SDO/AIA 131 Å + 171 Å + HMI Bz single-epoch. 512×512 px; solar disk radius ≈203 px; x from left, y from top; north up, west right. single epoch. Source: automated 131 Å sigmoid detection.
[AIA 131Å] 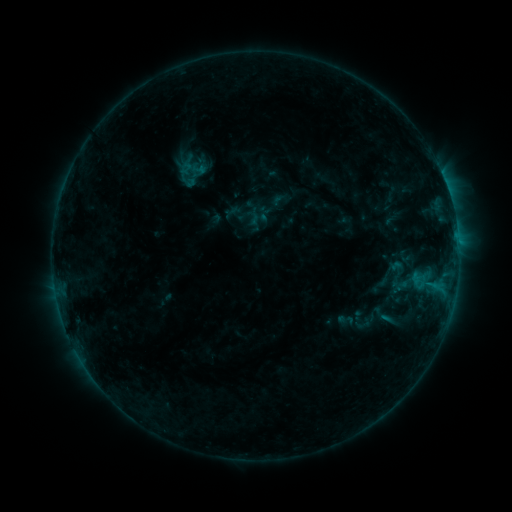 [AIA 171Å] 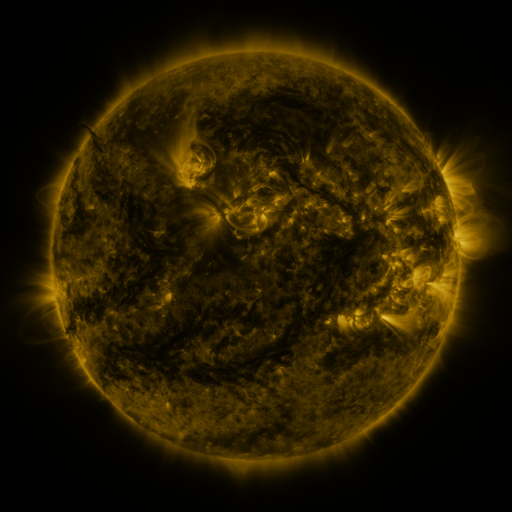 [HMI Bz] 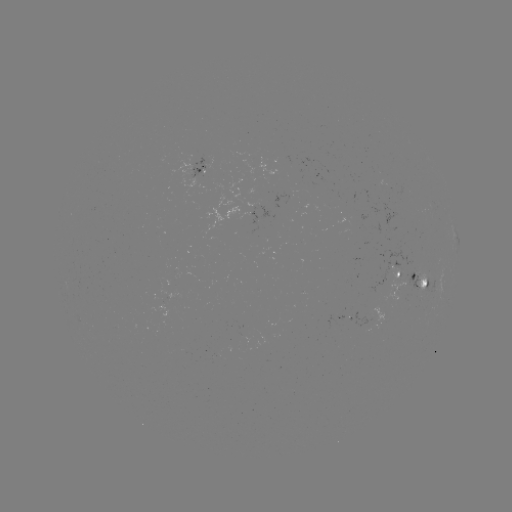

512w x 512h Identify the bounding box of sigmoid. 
[336, 310, 354, 329].